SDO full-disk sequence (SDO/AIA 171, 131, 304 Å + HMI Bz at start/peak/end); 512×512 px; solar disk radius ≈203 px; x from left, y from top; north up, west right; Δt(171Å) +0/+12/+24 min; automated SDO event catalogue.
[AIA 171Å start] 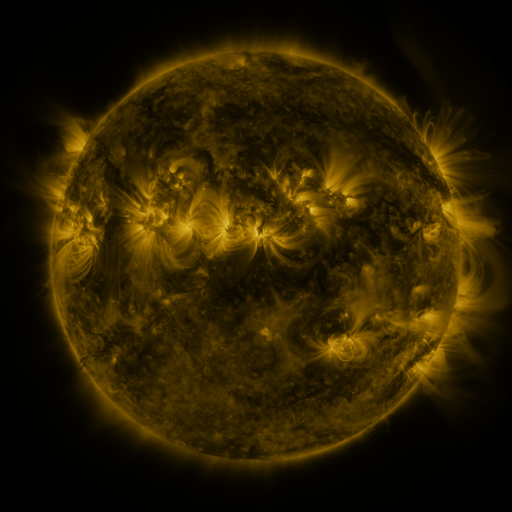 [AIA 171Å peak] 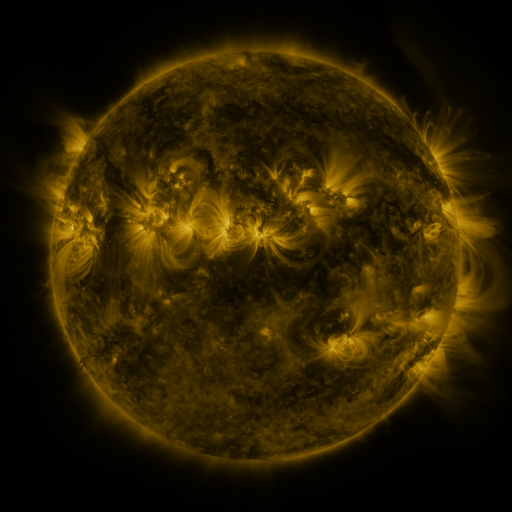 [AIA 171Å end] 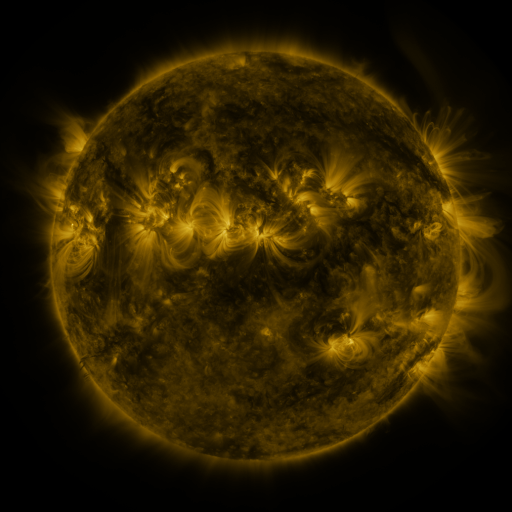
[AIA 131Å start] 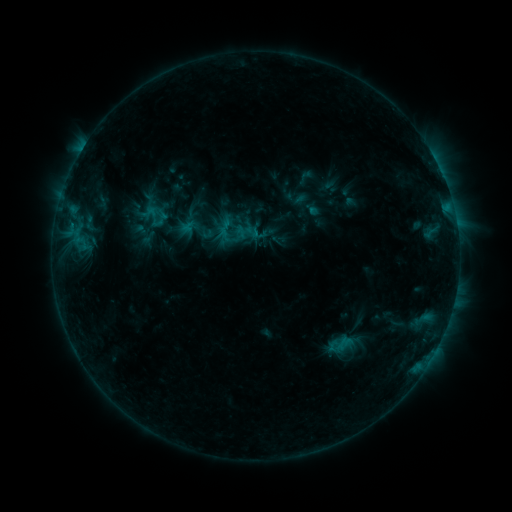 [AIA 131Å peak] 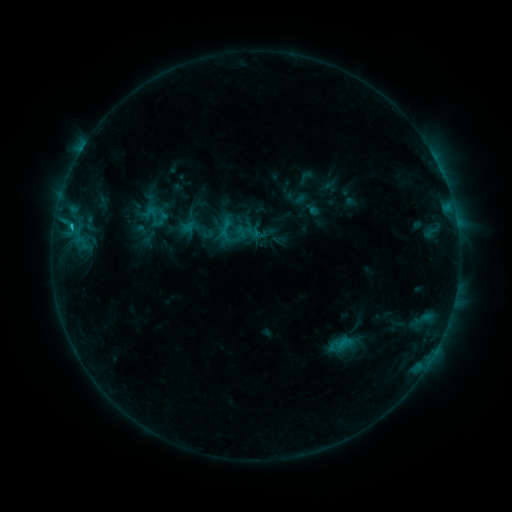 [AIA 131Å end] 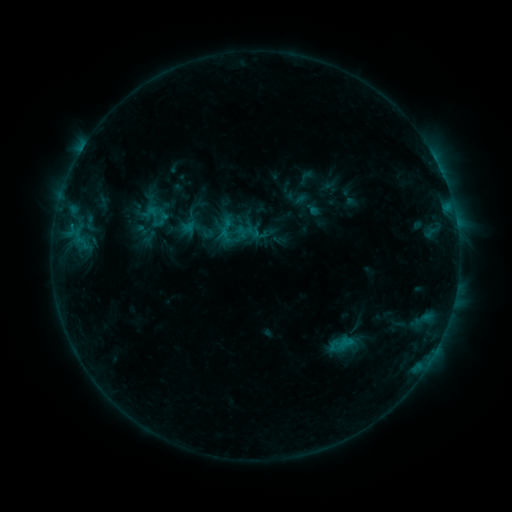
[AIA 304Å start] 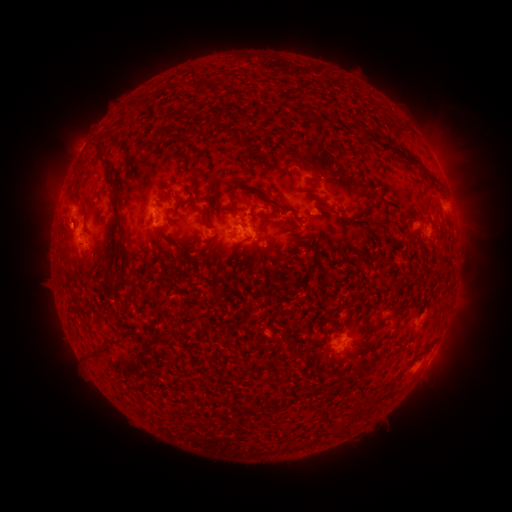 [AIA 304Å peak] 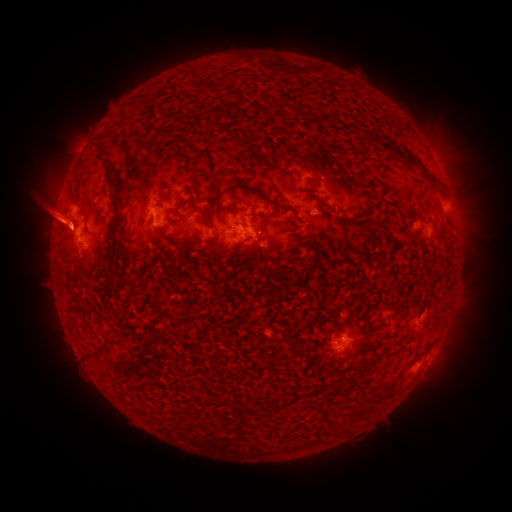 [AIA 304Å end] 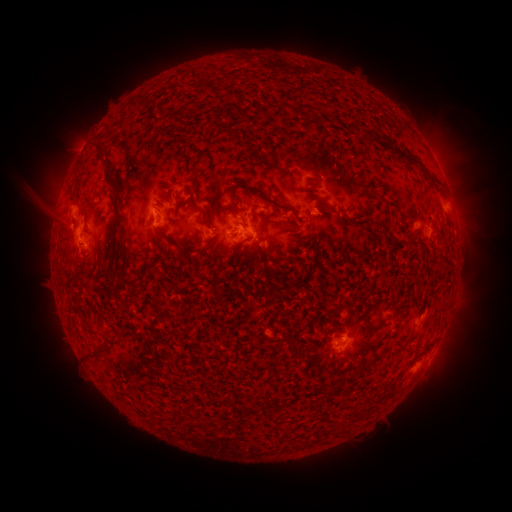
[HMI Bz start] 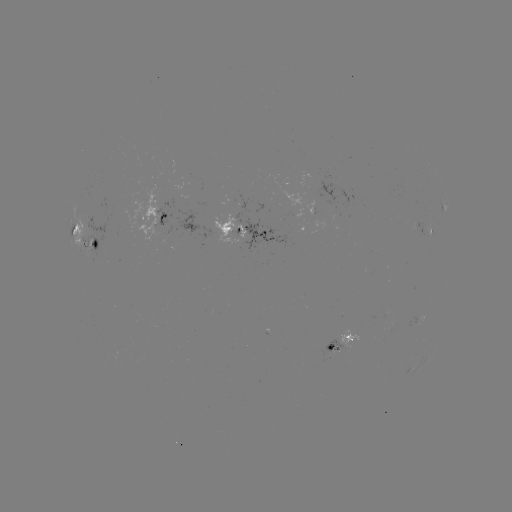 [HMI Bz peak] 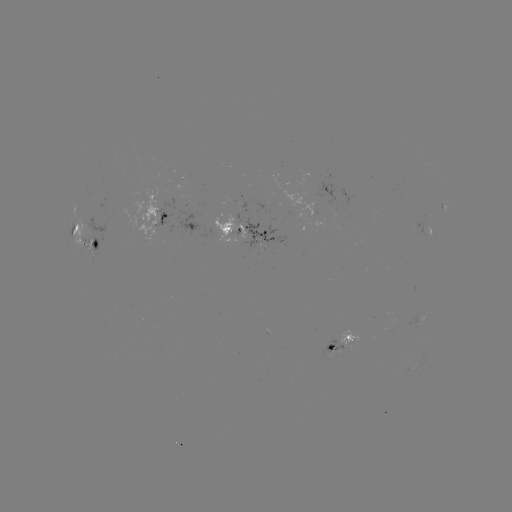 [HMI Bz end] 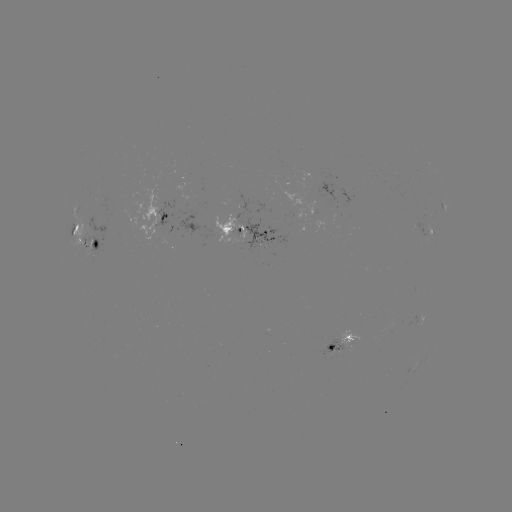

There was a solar eruption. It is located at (48, 218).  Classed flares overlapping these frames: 1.